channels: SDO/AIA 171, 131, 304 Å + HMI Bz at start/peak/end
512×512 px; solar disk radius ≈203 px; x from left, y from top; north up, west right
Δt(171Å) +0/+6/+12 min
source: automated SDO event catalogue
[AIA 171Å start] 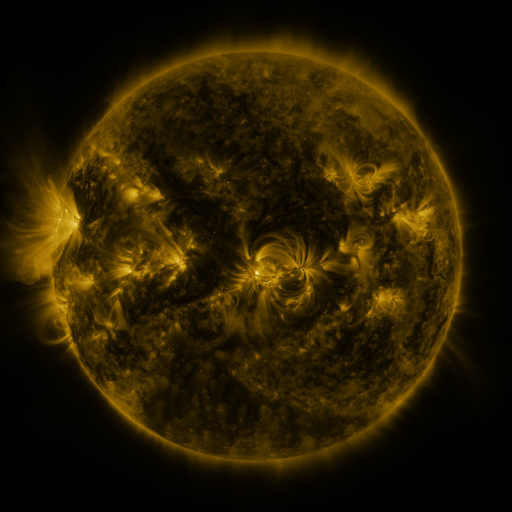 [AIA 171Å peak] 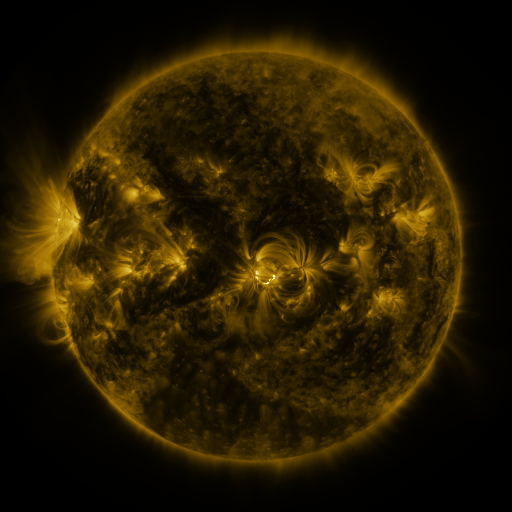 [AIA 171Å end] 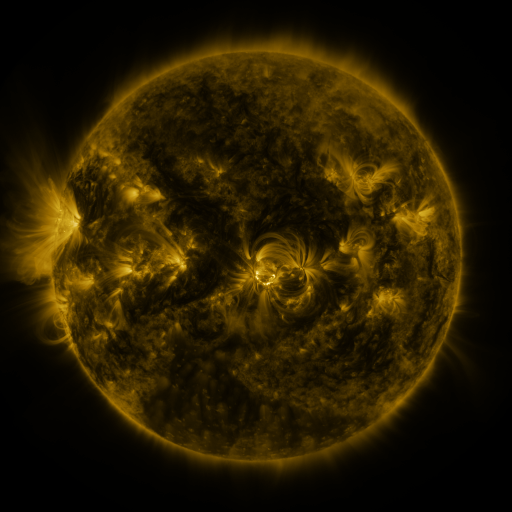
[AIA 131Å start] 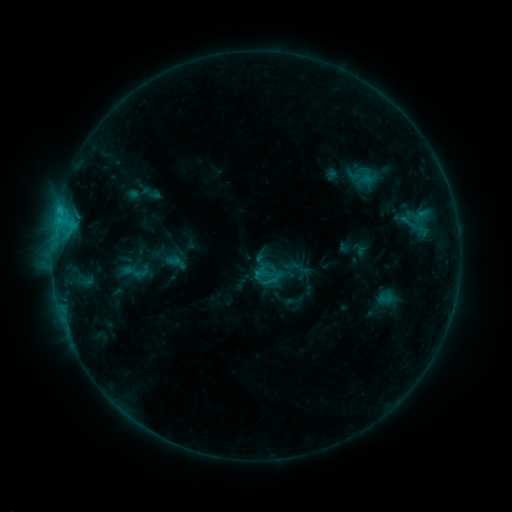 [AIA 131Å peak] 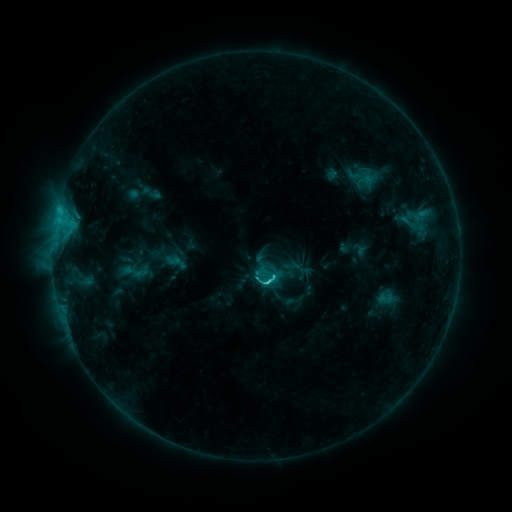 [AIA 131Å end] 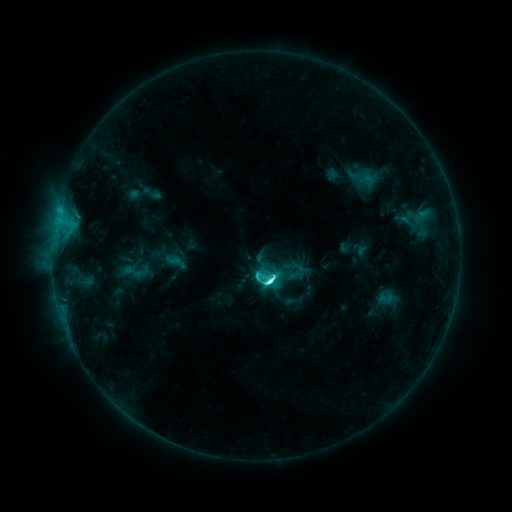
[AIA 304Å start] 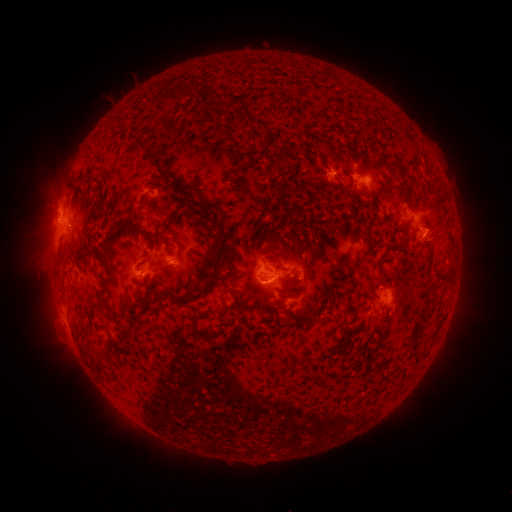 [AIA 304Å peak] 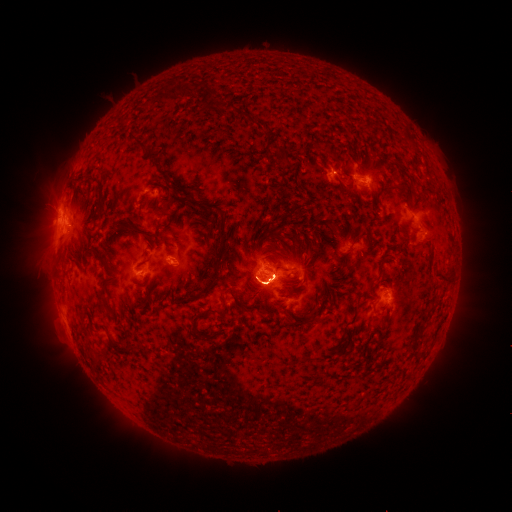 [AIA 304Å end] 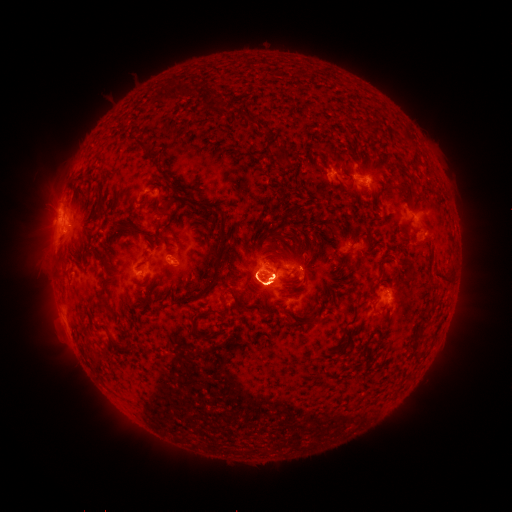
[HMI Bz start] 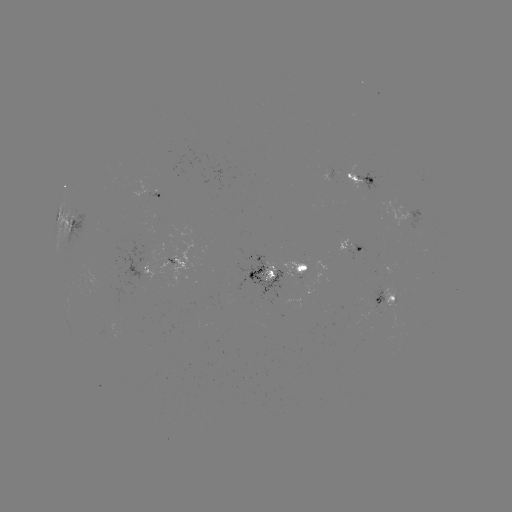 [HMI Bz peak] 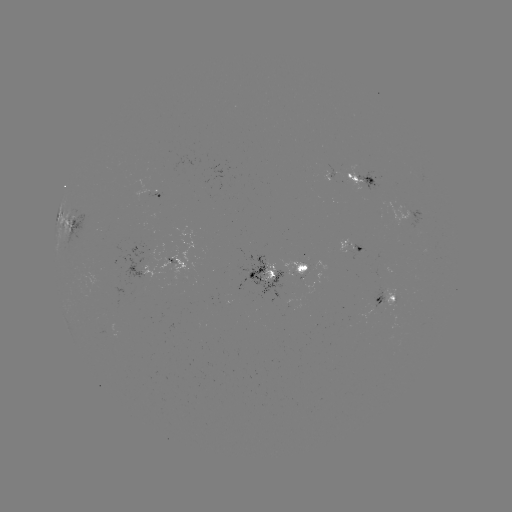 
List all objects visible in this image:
eruption: (277, 266)
